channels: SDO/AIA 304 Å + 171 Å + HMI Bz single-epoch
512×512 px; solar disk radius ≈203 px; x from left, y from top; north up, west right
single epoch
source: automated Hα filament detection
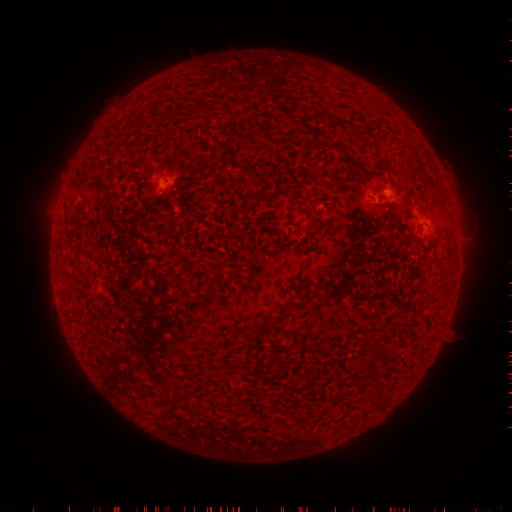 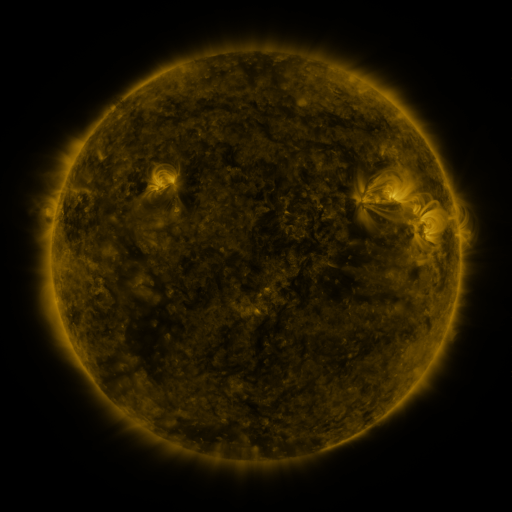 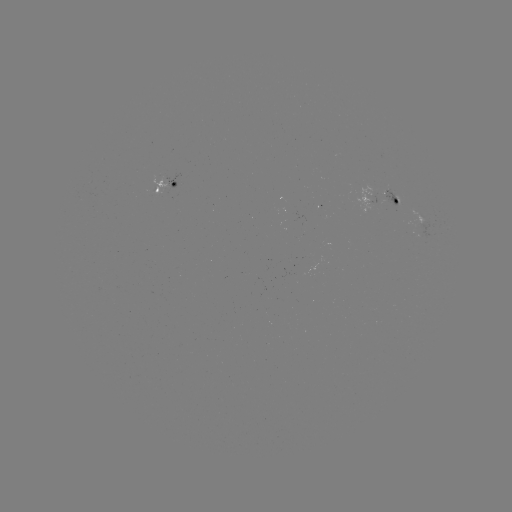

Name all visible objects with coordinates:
filament: (336, 148)
filament: (258, 176)
filament: (316, 220)
filament: (285, 310)
filament: (250, 336)
filament: (257, 398)
